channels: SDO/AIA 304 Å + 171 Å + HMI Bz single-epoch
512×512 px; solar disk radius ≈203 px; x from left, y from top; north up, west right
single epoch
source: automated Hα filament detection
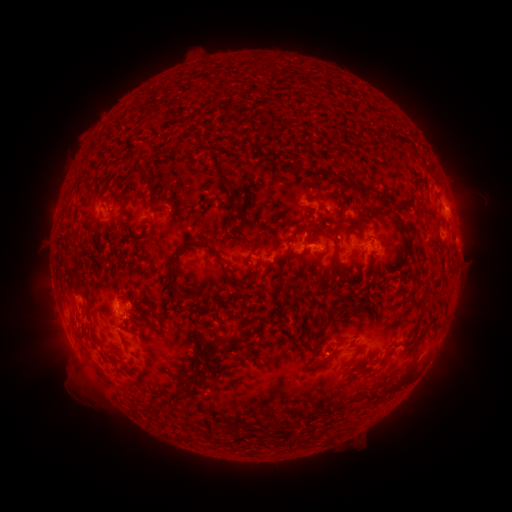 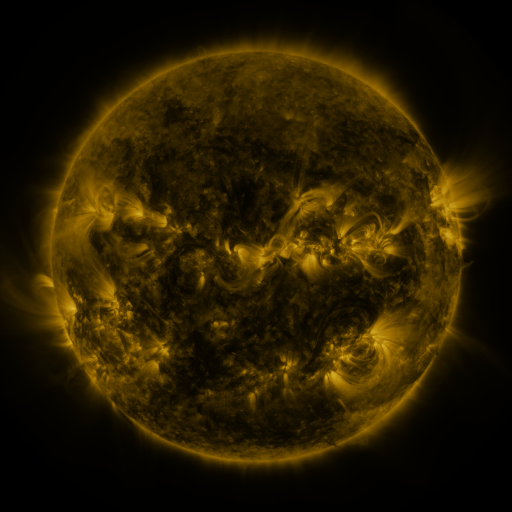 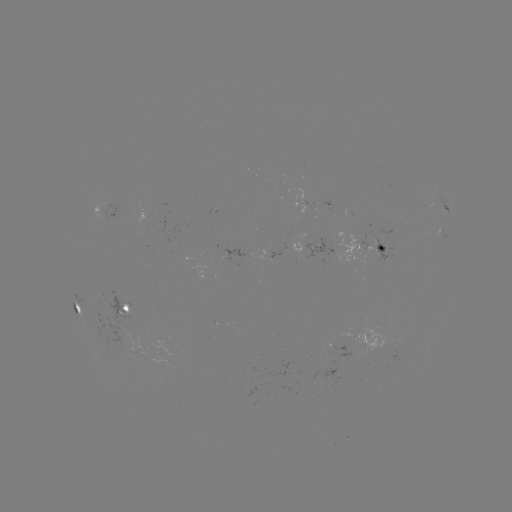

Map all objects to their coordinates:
filament: (245, 145)
filament: (221, 171)
filament: (329, 174)
filament: (150, 184)
filament: (238, 210)
filament: (378, 211)
filament: (397, 217)
filament: (335, 244)
filament: (210, 249)
filament: (170, 269)
filament: (73, 290)
filament: (334, 311)
filament: (263, 321)
filament: (417, 342)
filament: (330, 354)
filament: (407, 375)
filament: (195, 379)
